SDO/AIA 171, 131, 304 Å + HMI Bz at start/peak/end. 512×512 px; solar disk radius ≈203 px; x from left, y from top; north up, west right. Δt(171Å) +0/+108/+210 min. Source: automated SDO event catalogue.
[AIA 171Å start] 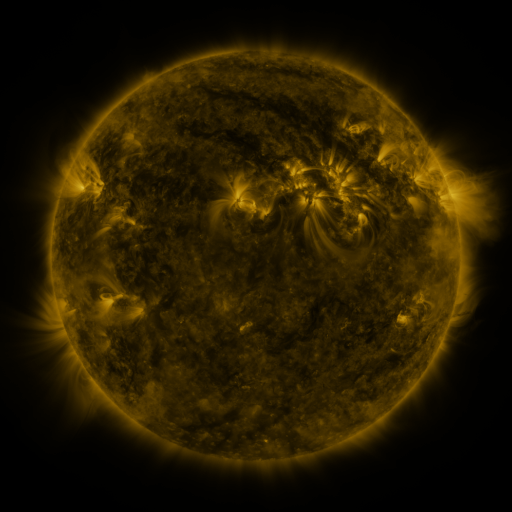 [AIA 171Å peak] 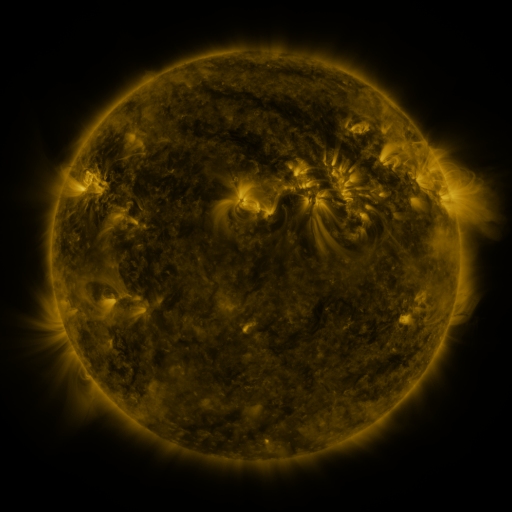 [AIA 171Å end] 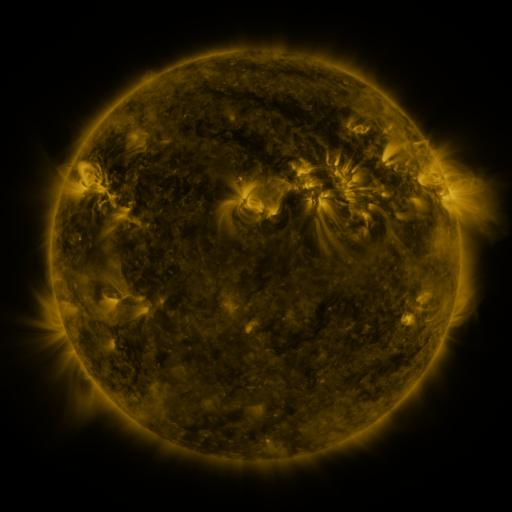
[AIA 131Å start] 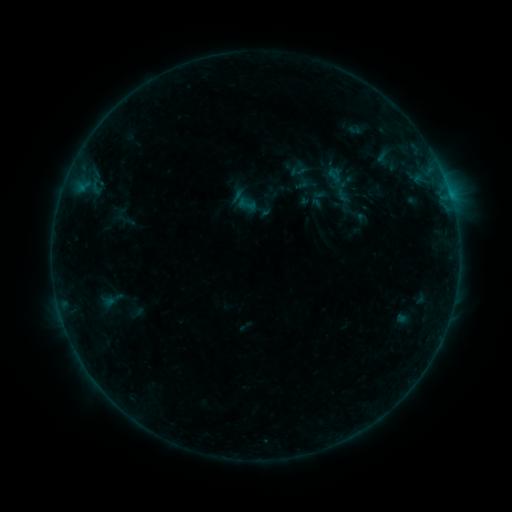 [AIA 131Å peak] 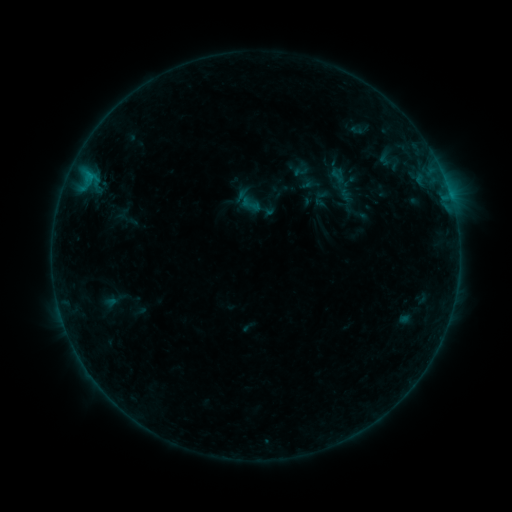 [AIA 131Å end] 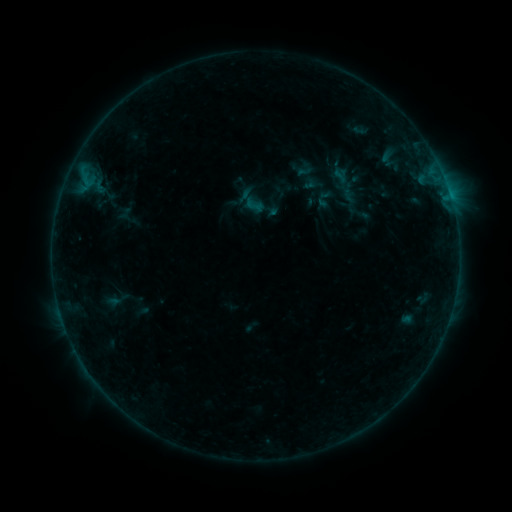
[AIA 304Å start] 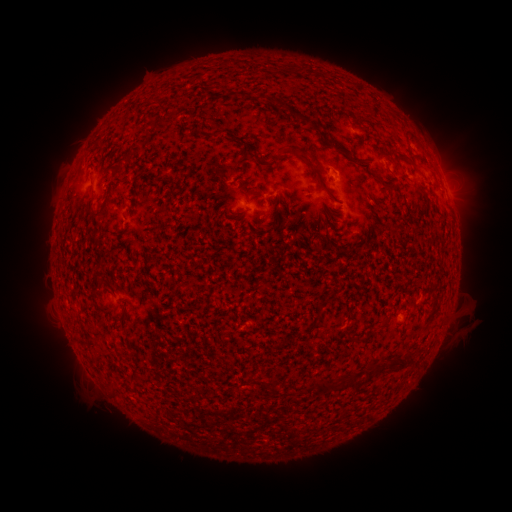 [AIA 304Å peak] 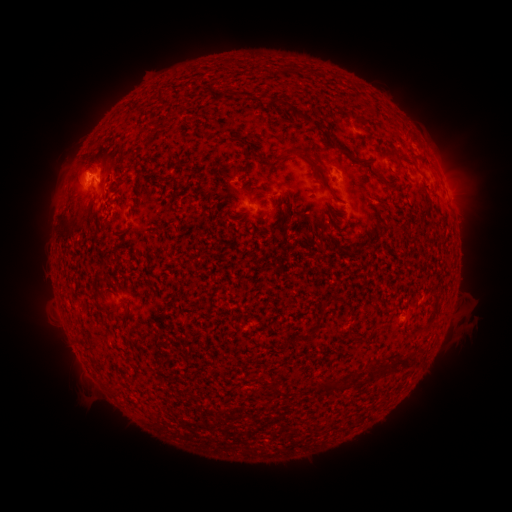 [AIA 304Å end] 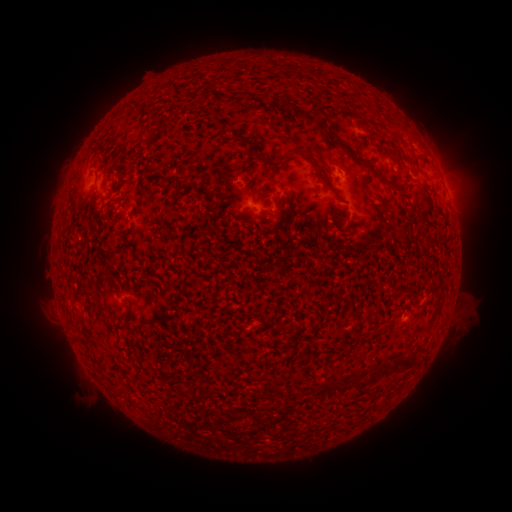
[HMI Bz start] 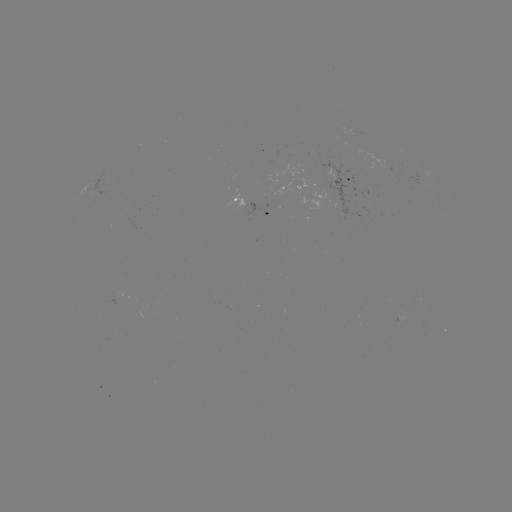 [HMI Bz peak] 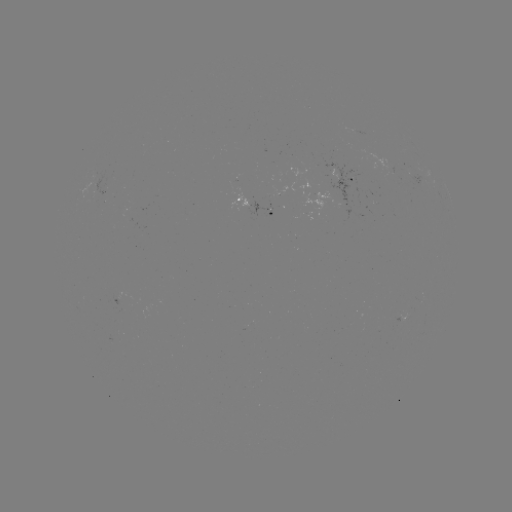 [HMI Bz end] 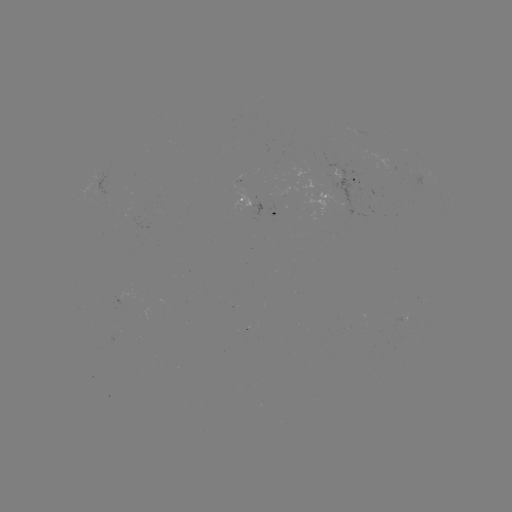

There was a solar filament eruption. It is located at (83, 186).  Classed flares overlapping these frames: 2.